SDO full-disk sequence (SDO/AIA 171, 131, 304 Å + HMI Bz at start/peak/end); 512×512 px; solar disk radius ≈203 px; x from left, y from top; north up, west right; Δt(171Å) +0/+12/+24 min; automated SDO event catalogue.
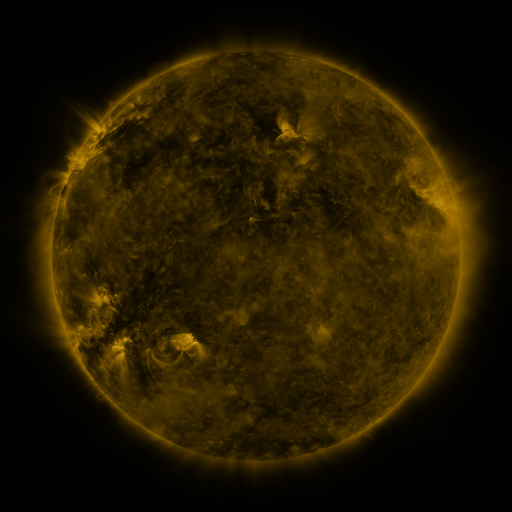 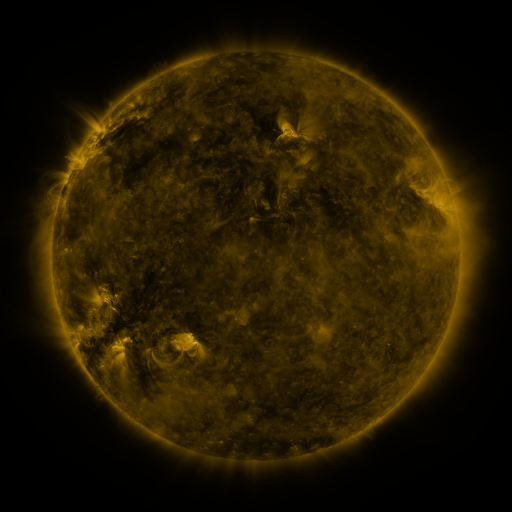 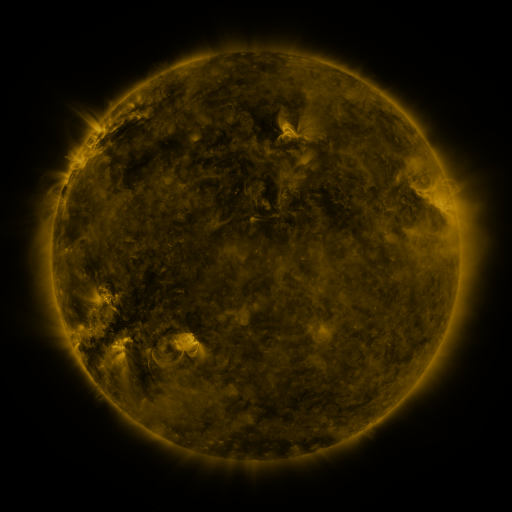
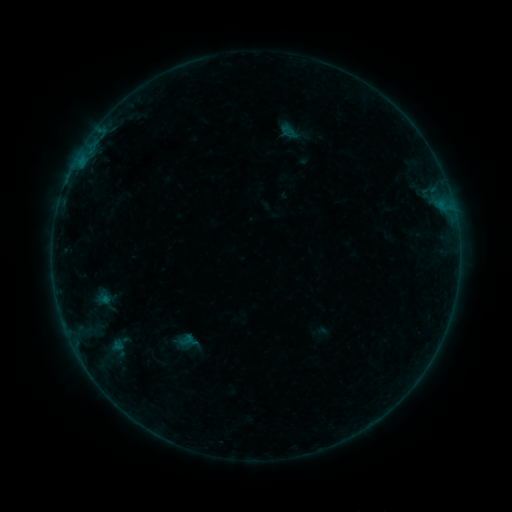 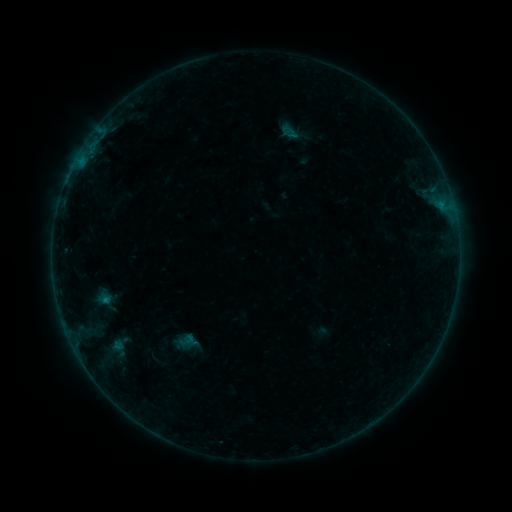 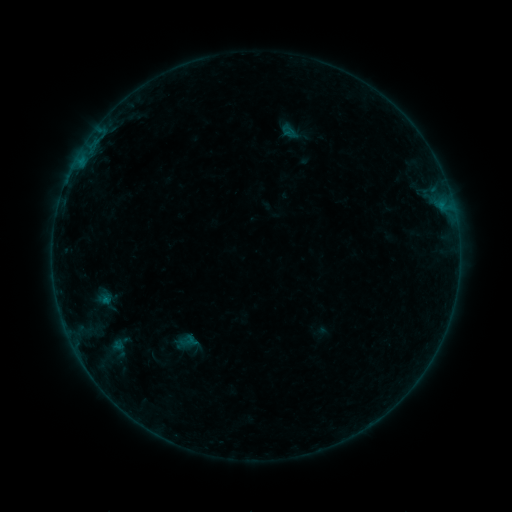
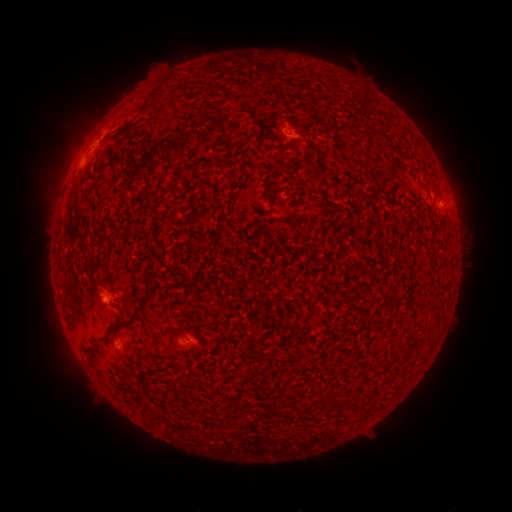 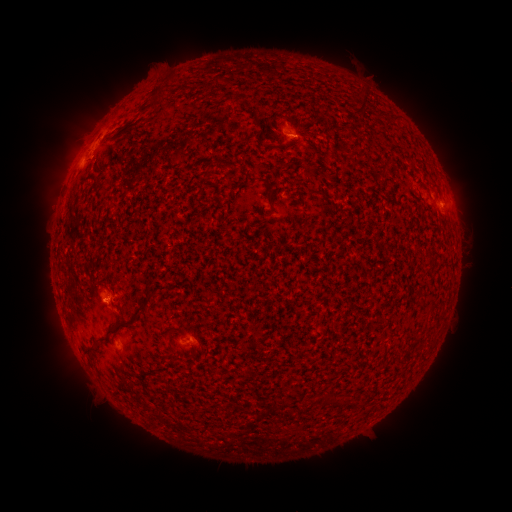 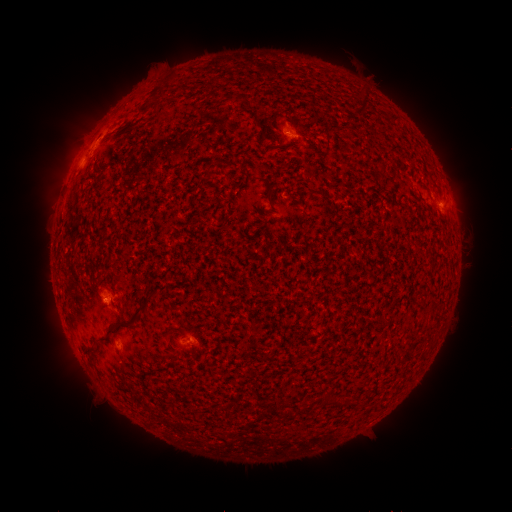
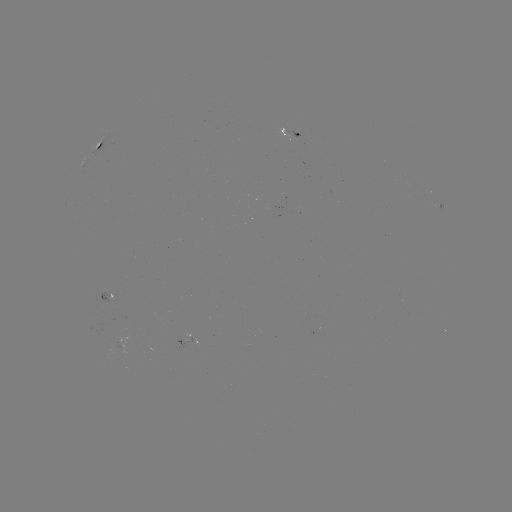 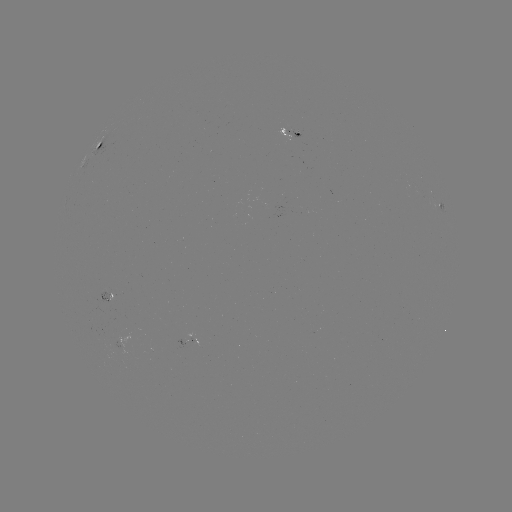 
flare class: B2.4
